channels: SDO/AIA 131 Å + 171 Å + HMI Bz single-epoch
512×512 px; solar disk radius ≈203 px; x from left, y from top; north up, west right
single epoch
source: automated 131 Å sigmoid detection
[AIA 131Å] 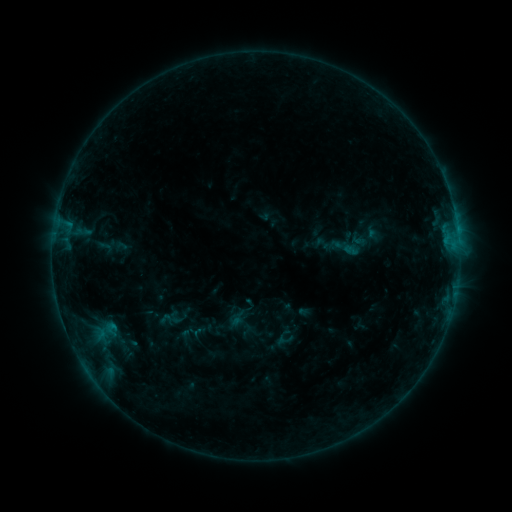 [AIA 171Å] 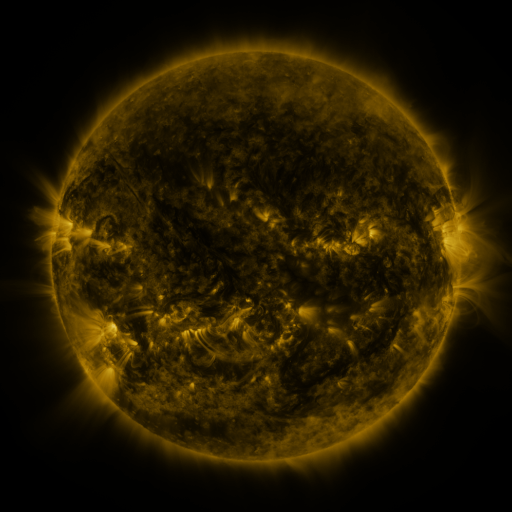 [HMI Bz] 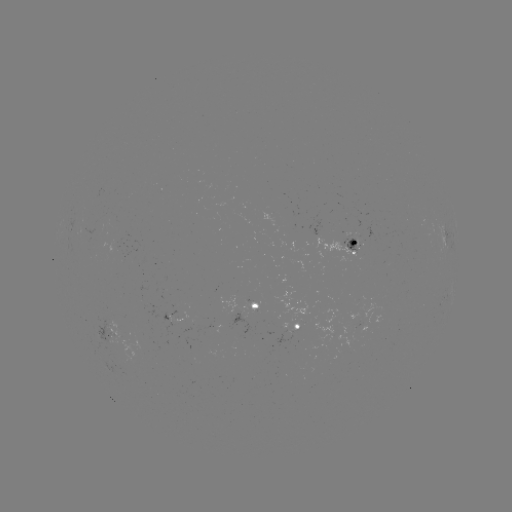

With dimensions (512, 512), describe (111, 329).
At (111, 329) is sigmoid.